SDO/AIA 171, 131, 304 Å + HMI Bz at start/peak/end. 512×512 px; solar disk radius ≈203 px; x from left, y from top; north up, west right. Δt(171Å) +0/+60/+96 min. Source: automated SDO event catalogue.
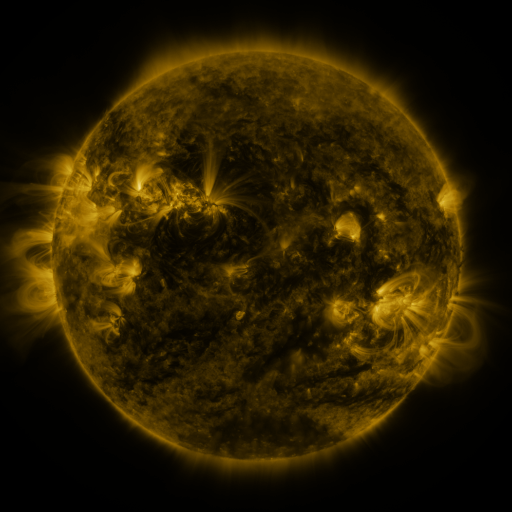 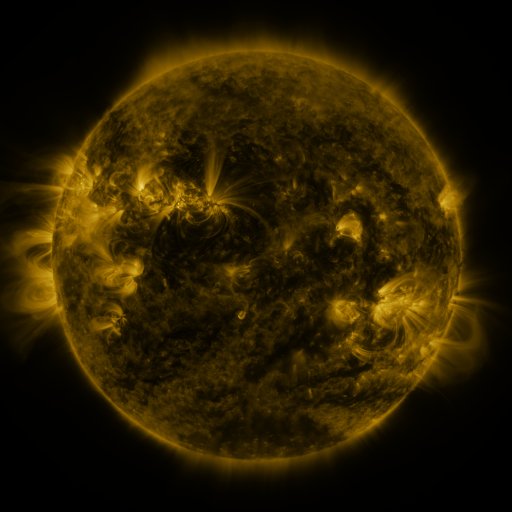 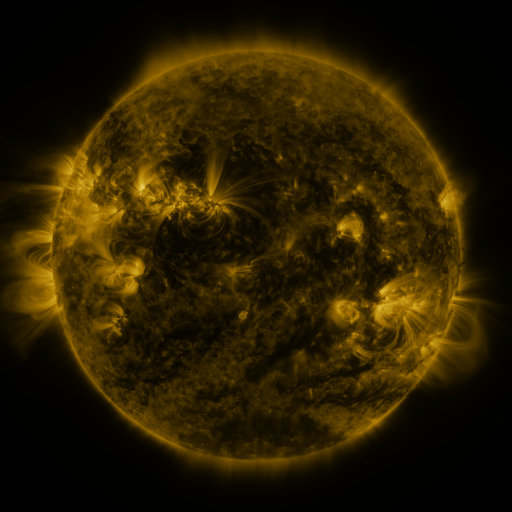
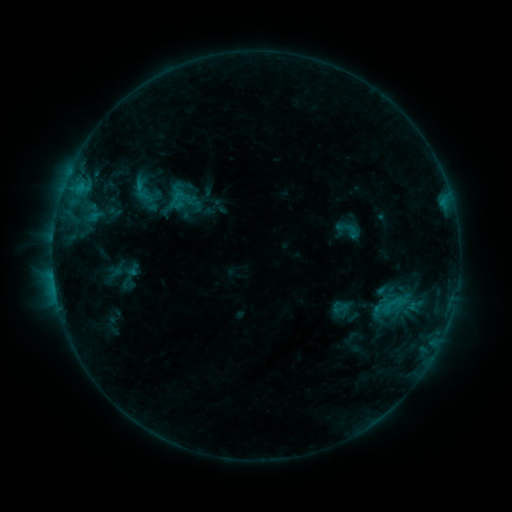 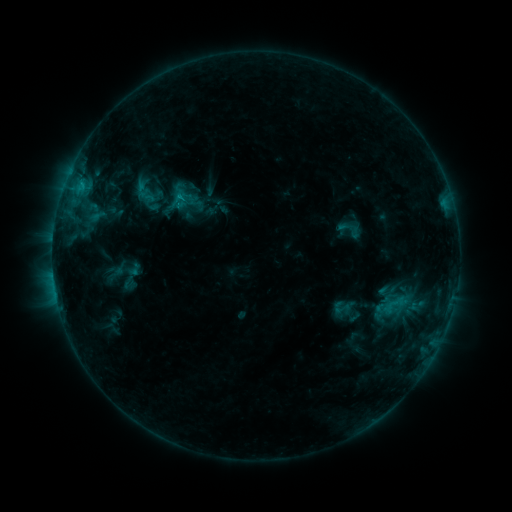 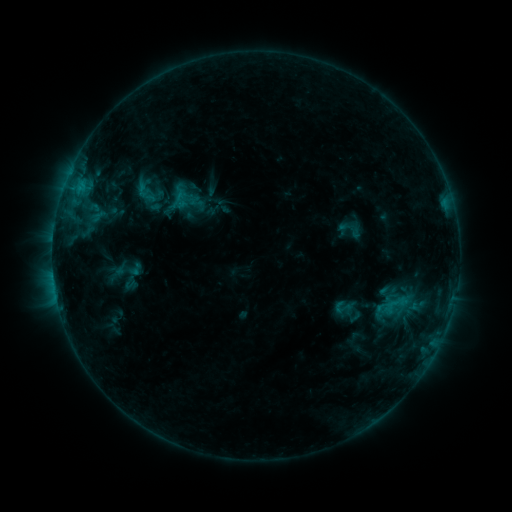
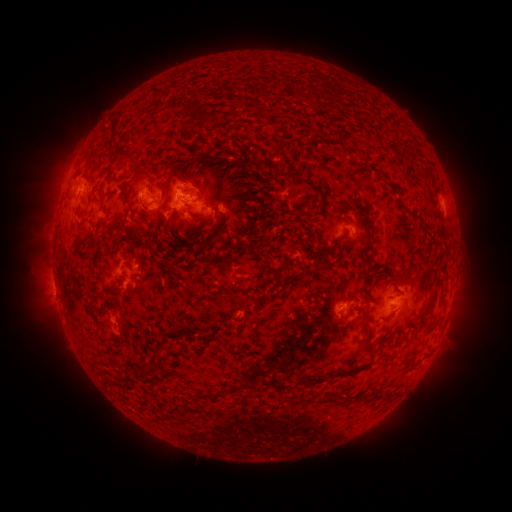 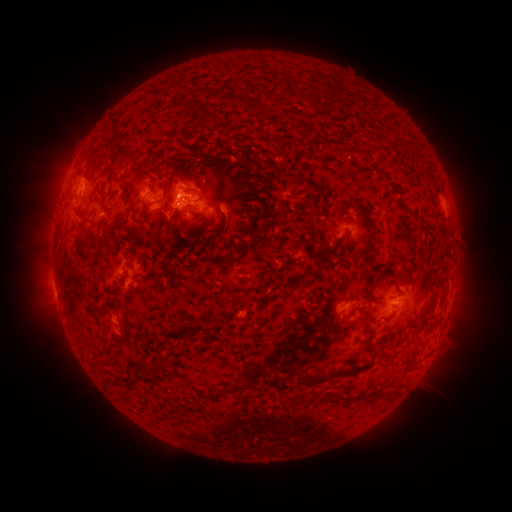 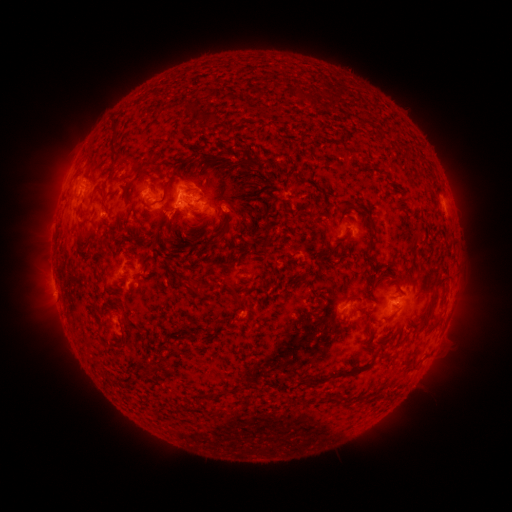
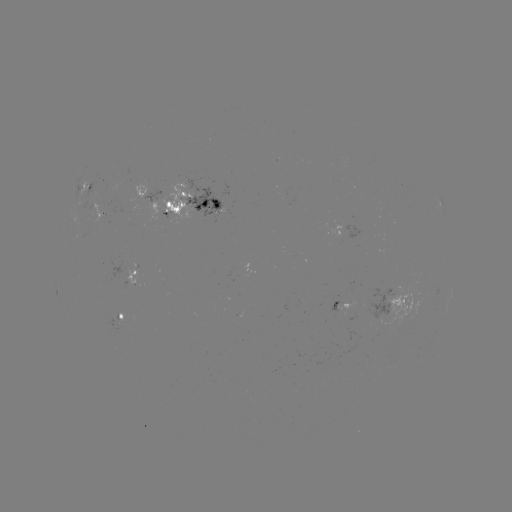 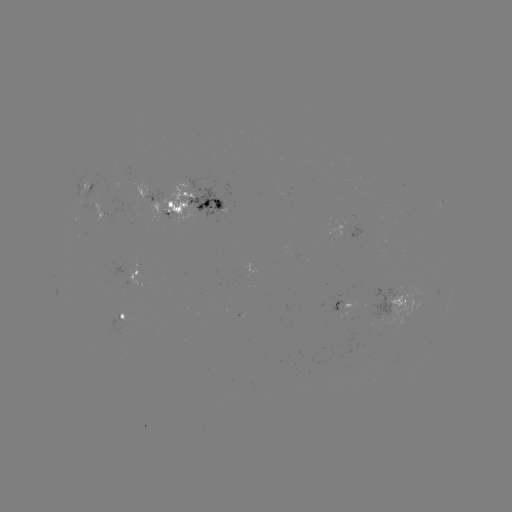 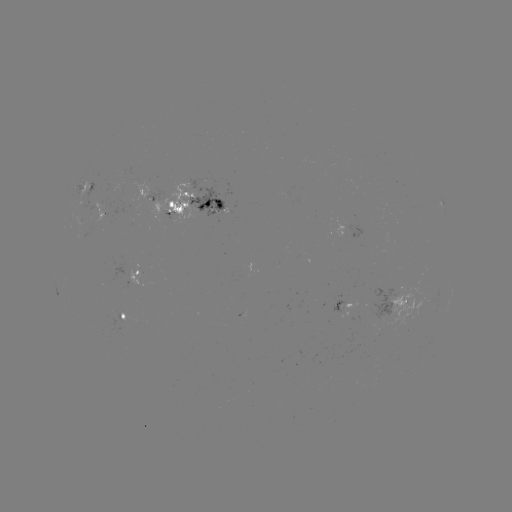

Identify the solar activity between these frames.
emerging-flux region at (95, 220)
